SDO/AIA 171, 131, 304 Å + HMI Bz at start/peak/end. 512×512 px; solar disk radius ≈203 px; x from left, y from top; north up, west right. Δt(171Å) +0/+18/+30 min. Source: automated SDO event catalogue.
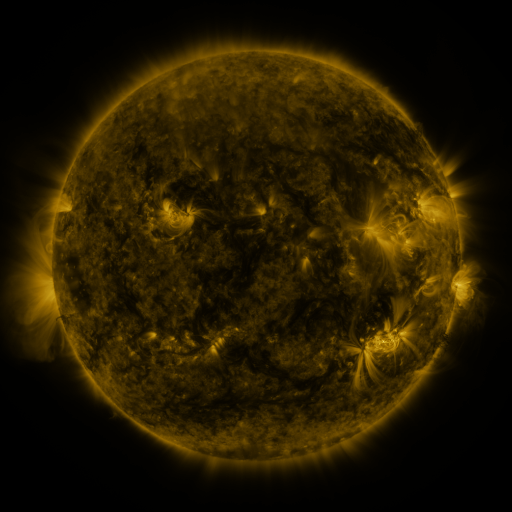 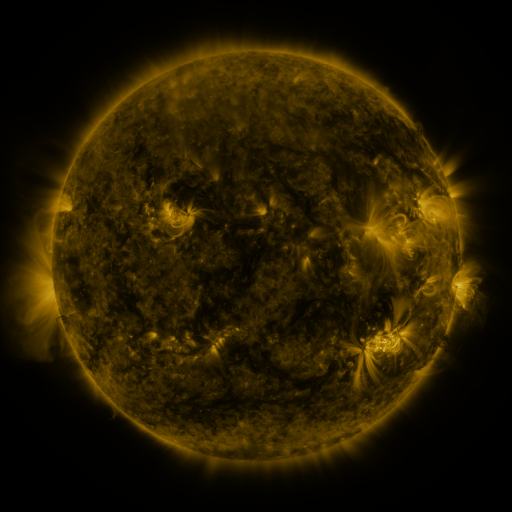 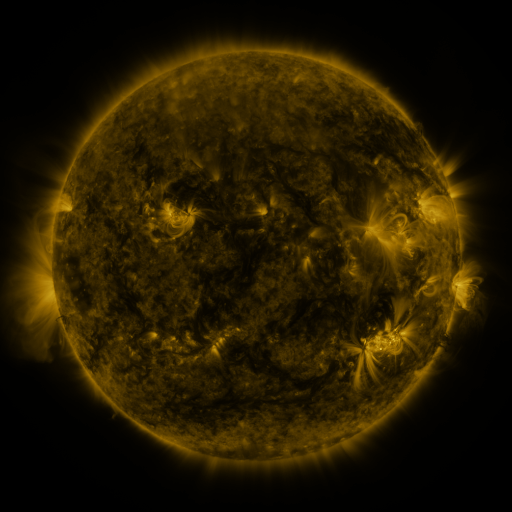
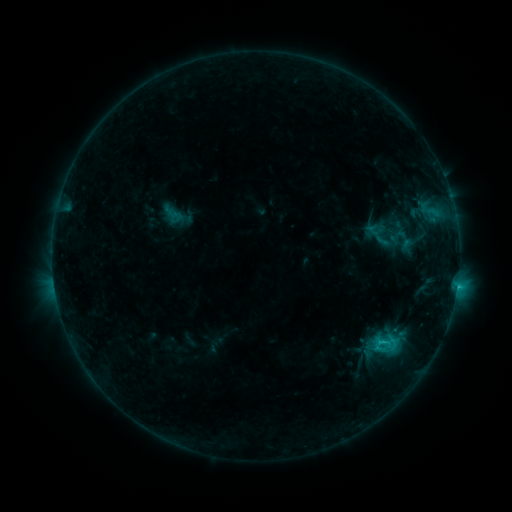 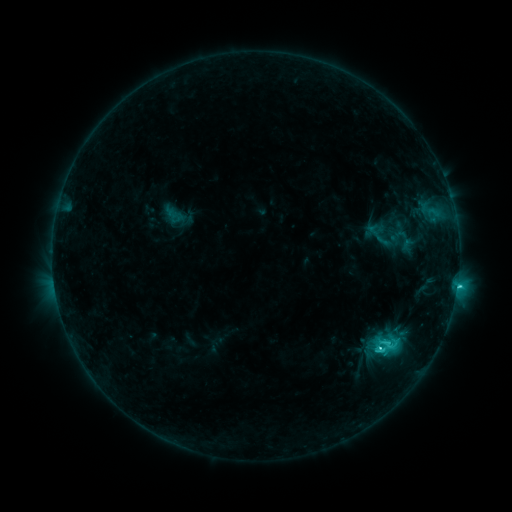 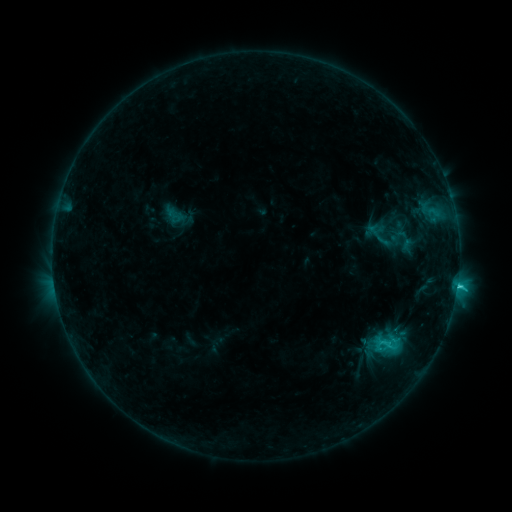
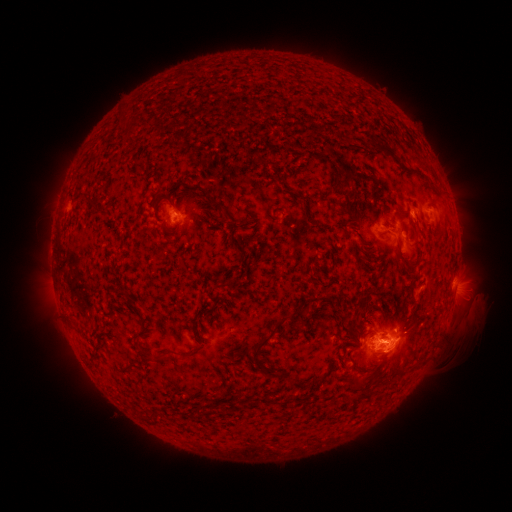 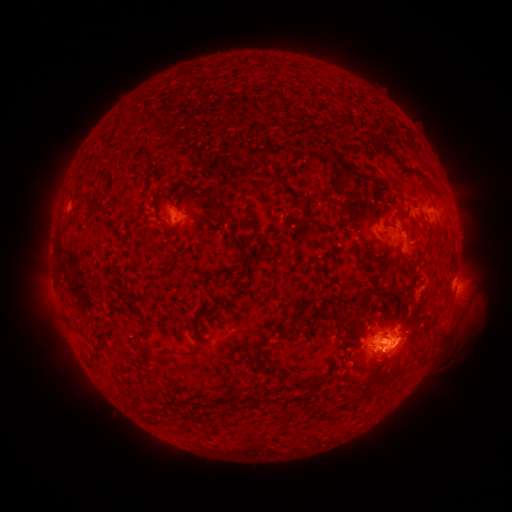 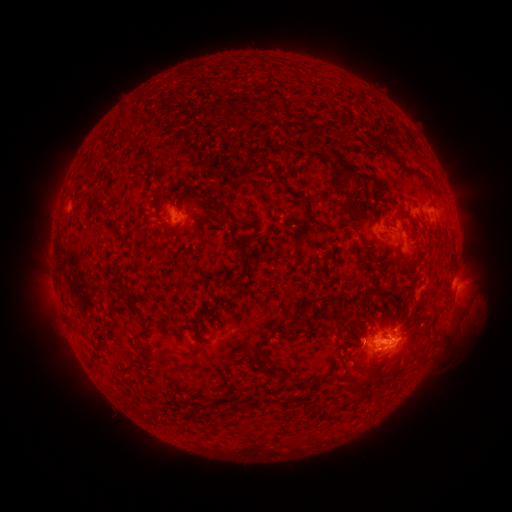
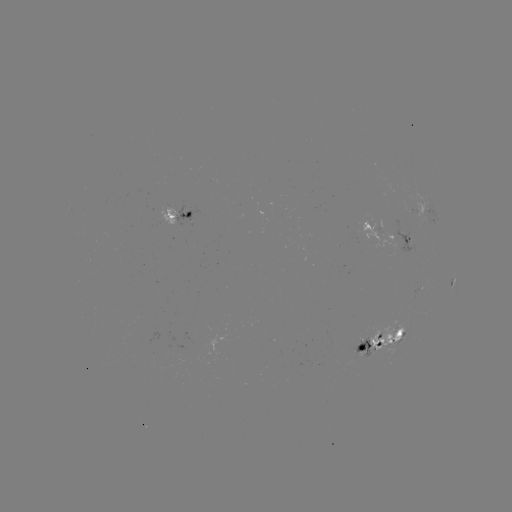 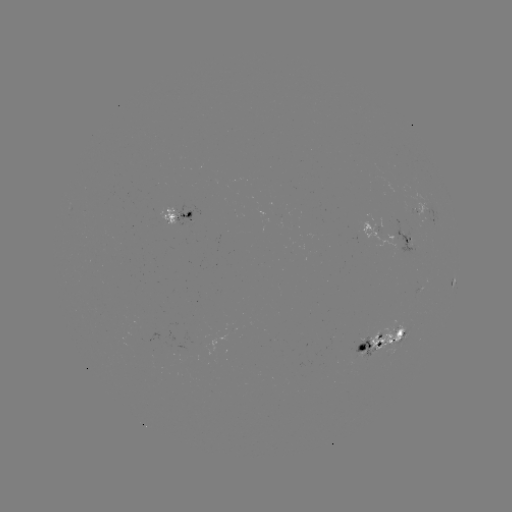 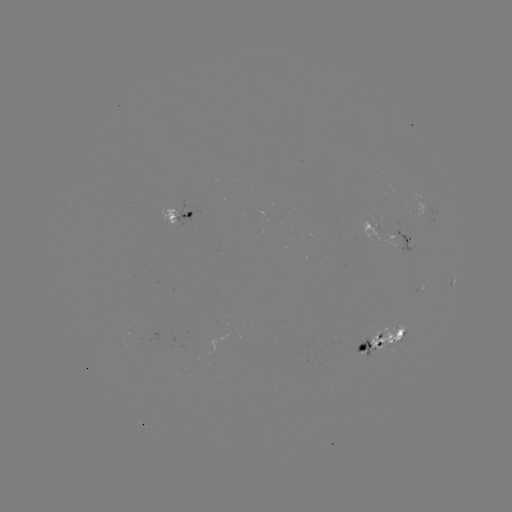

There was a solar flare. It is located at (379, 348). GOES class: C3.7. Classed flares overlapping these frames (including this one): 1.